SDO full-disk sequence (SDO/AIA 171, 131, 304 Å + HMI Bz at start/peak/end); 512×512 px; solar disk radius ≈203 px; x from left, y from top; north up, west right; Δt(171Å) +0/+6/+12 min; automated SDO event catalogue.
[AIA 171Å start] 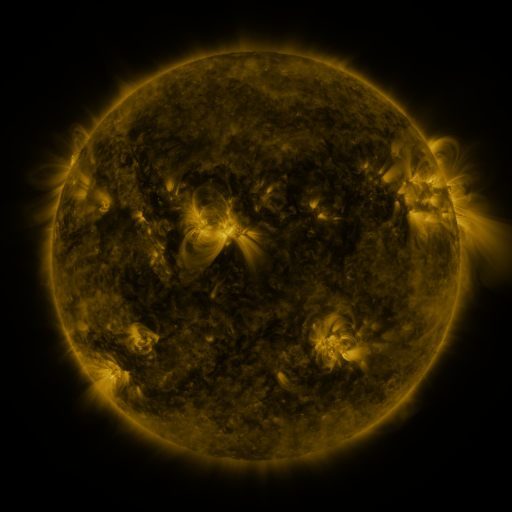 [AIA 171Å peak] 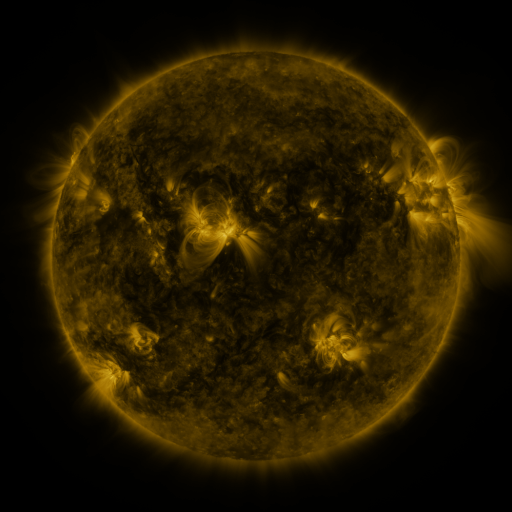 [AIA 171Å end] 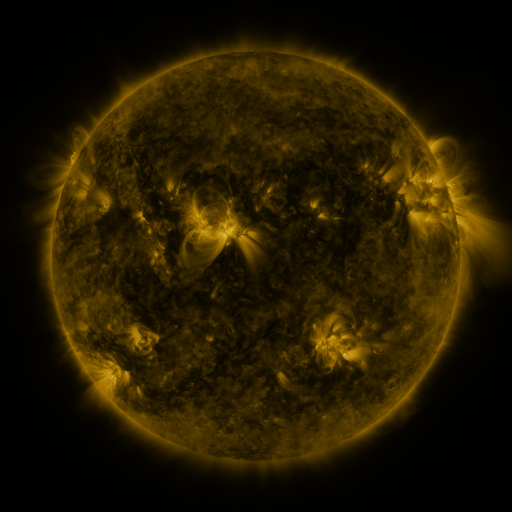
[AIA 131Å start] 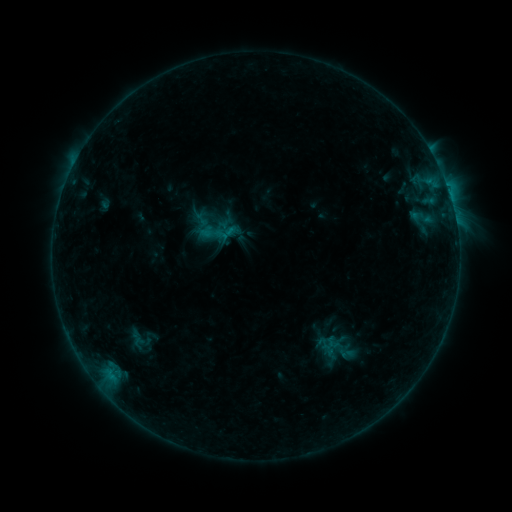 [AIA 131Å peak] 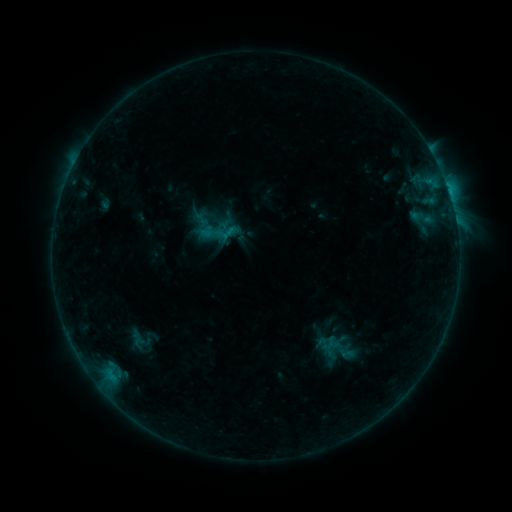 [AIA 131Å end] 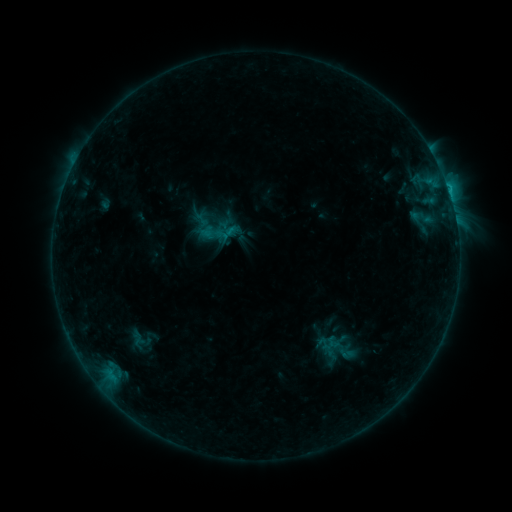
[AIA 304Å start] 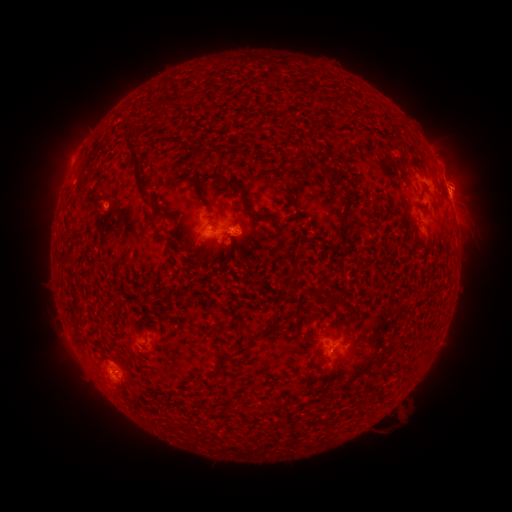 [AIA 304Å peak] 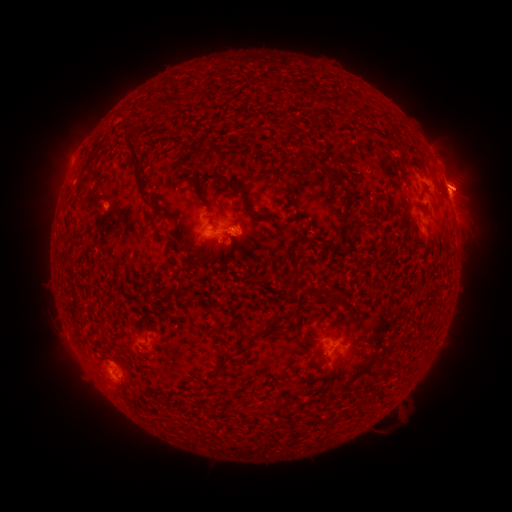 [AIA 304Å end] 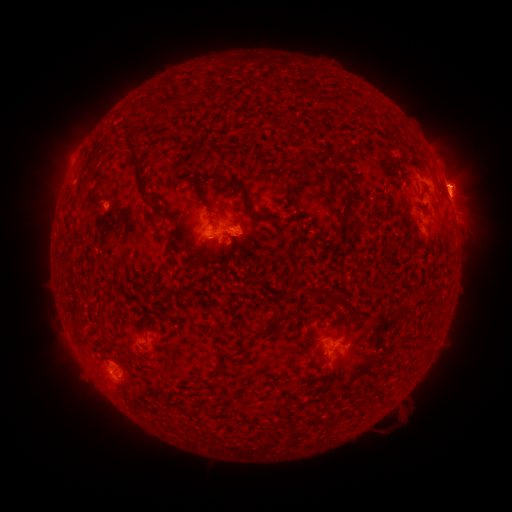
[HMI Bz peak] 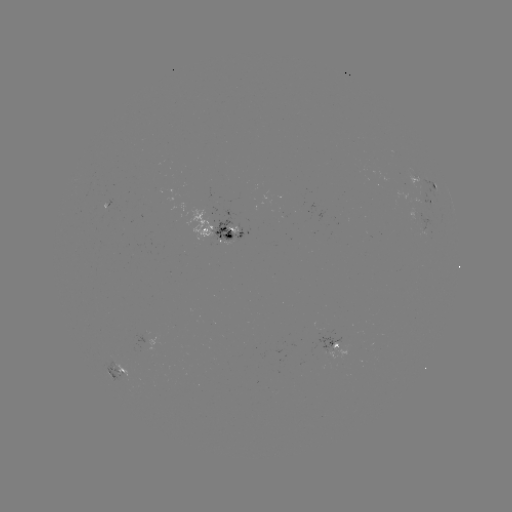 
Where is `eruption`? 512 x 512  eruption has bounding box [435, 161, 496, 210].